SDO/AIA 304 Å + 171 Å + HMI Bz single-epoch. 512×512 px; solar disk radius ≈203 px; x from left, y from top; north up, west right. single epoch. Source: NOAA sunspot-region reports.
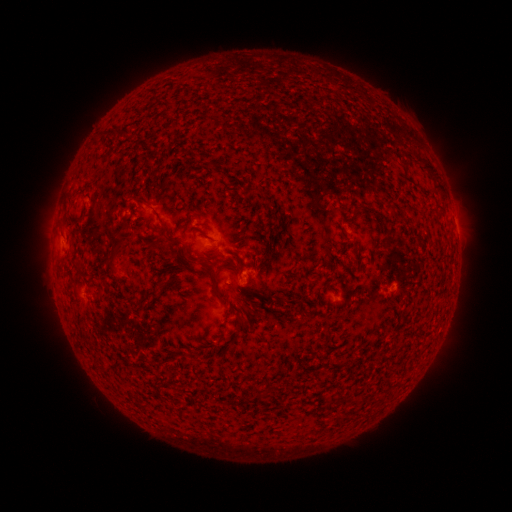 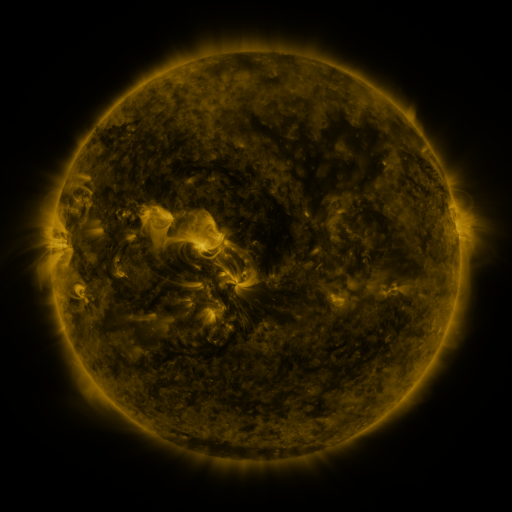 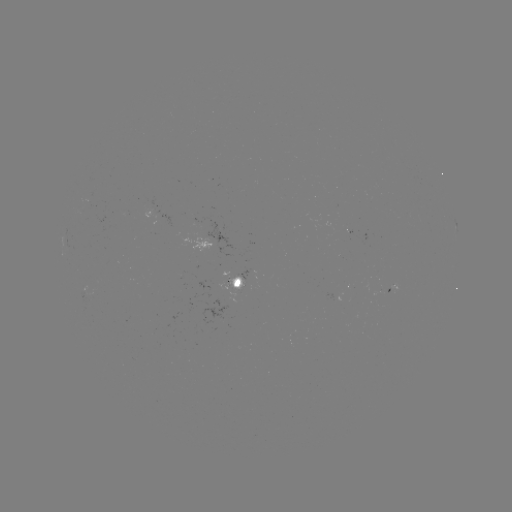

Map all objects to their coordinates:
spotted active region: (456, 228)
spotted active region: (234, 284)
